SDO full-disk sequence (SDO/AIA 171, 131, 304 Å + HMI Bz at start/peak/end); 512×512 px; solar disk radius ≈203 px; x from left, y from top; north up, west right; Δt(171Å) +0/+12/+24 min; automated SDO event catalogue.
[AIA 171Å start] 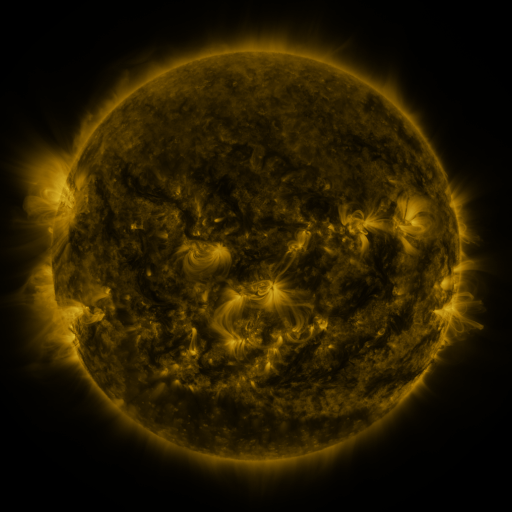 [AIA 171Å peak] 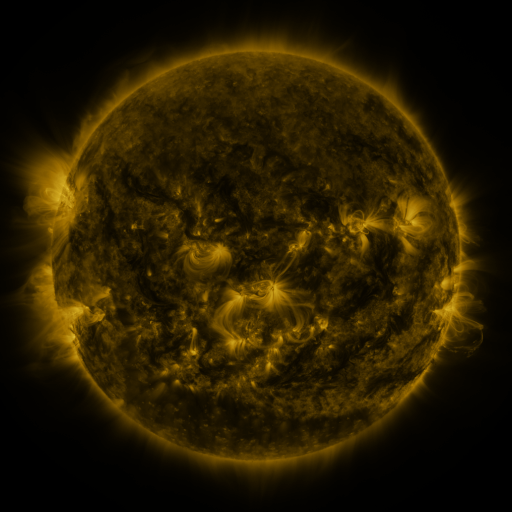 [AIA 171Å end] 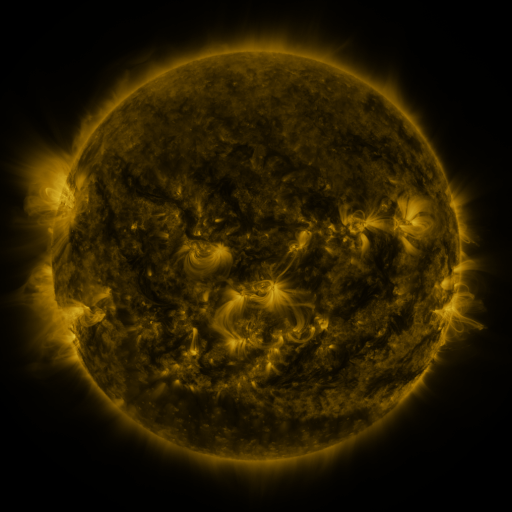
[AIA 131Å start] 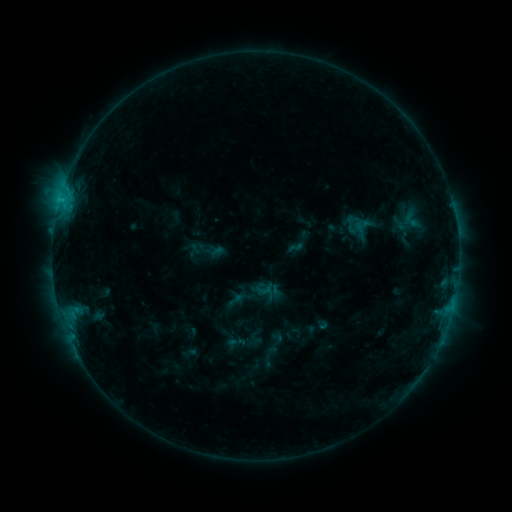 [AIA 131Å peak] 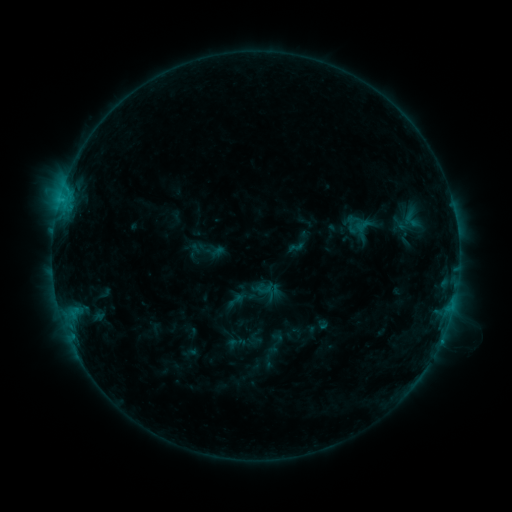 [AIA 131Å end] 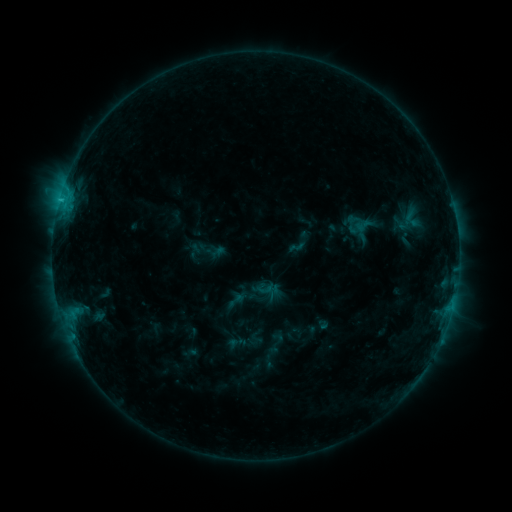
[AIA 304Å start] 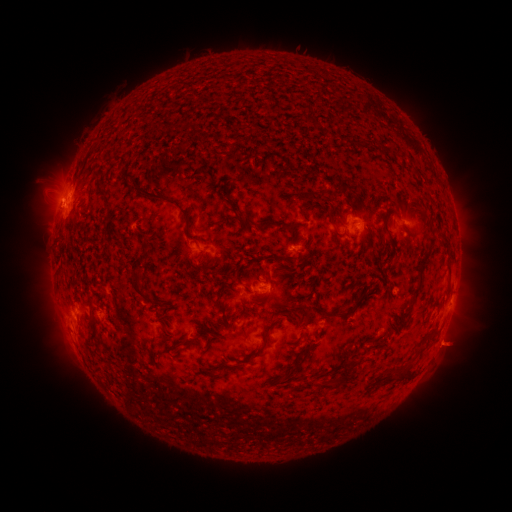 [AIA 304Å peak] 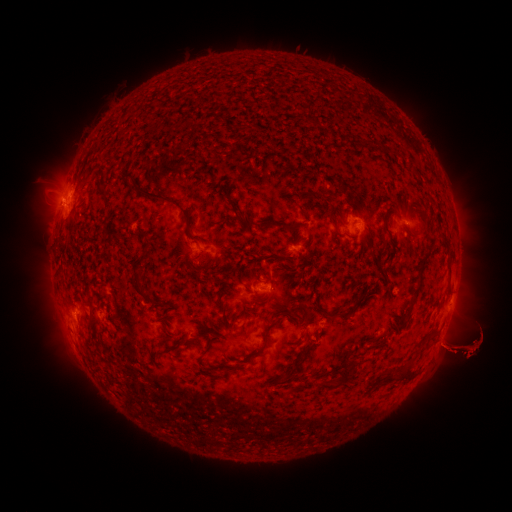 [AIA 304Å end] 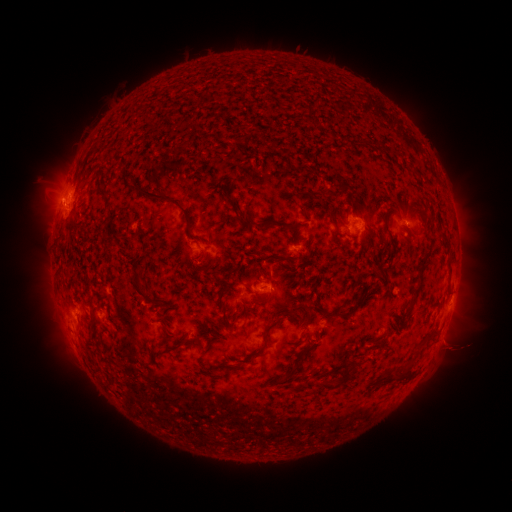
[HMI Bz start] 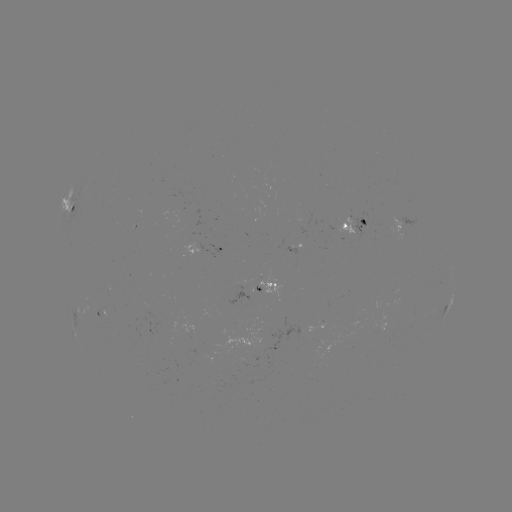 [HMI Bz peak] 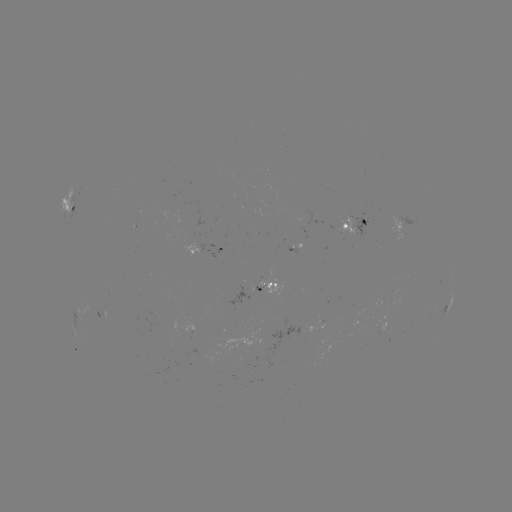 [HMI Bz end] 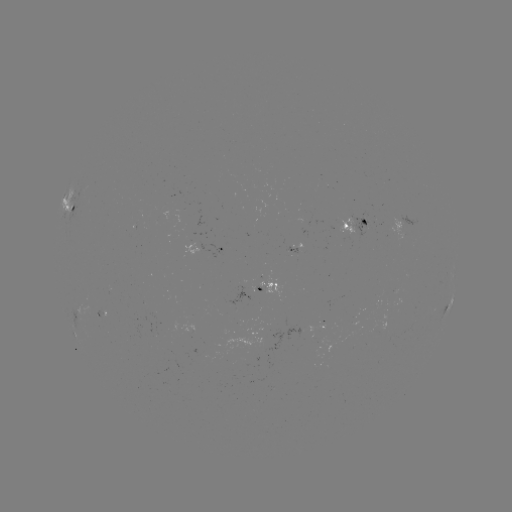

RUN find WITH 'eruption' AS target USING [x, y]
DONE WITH [460, 346] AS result